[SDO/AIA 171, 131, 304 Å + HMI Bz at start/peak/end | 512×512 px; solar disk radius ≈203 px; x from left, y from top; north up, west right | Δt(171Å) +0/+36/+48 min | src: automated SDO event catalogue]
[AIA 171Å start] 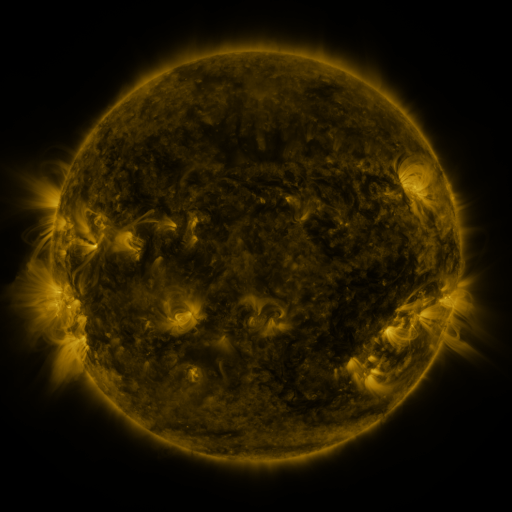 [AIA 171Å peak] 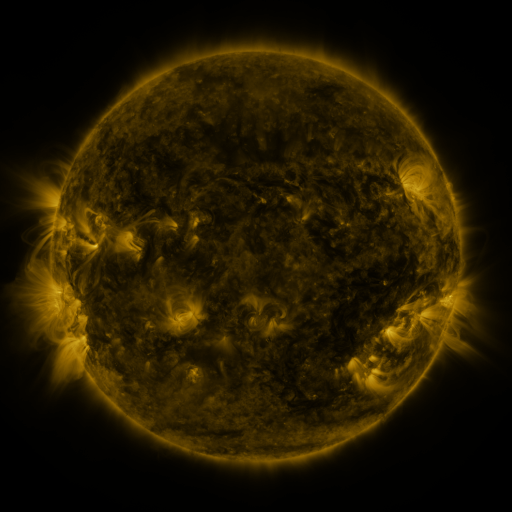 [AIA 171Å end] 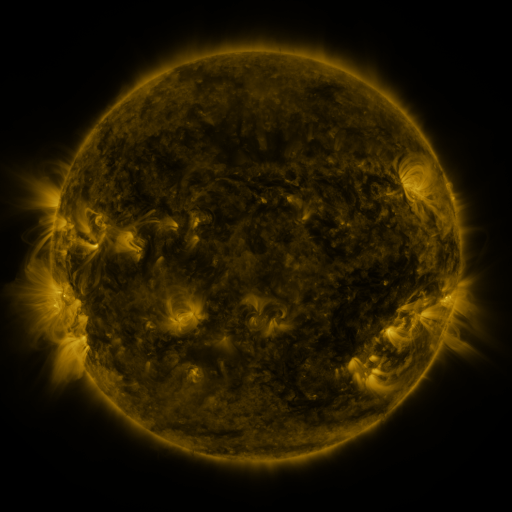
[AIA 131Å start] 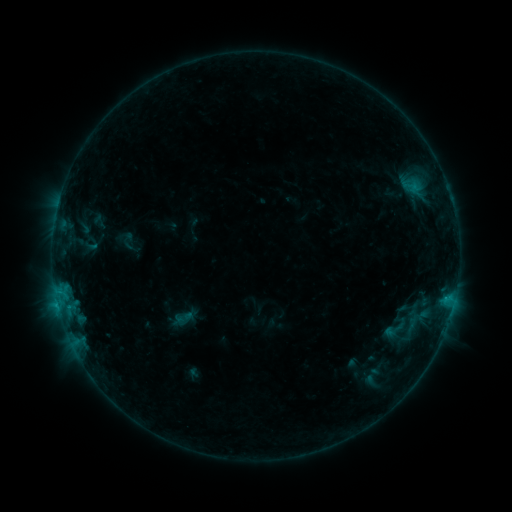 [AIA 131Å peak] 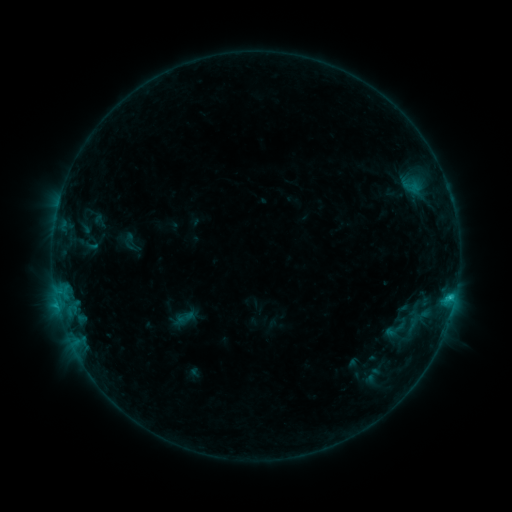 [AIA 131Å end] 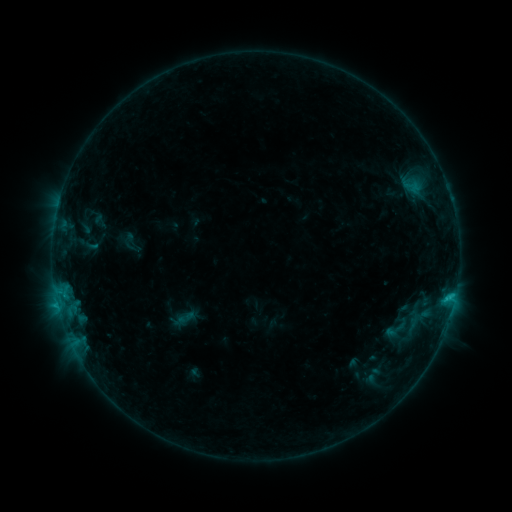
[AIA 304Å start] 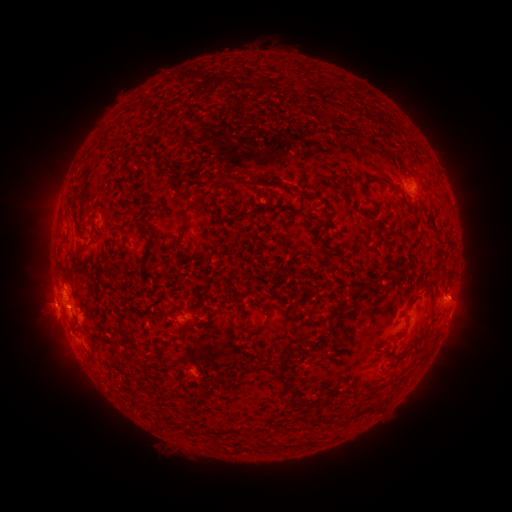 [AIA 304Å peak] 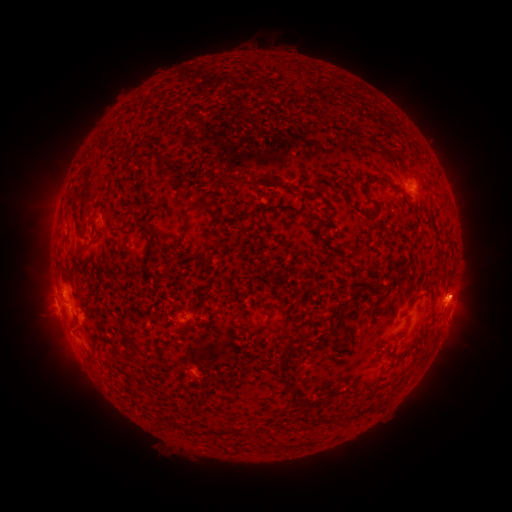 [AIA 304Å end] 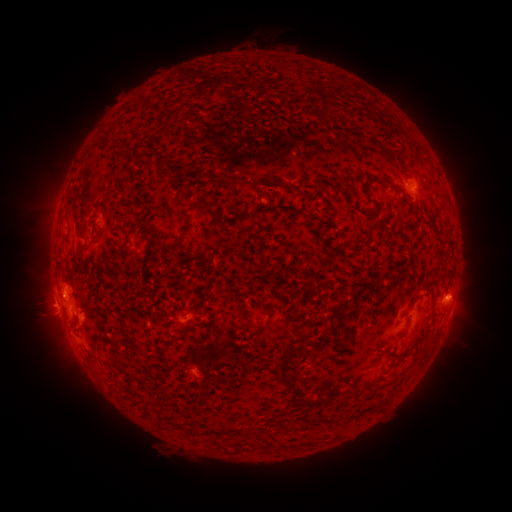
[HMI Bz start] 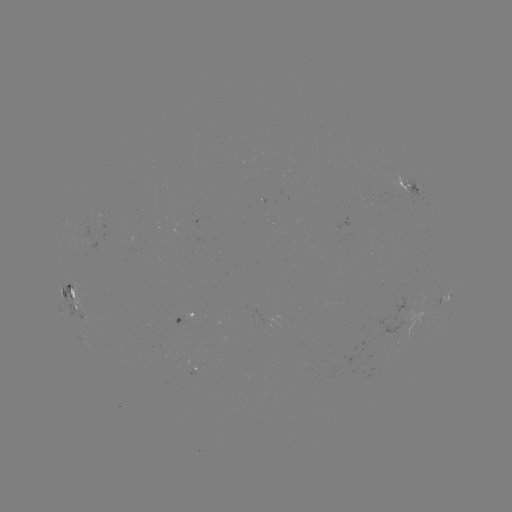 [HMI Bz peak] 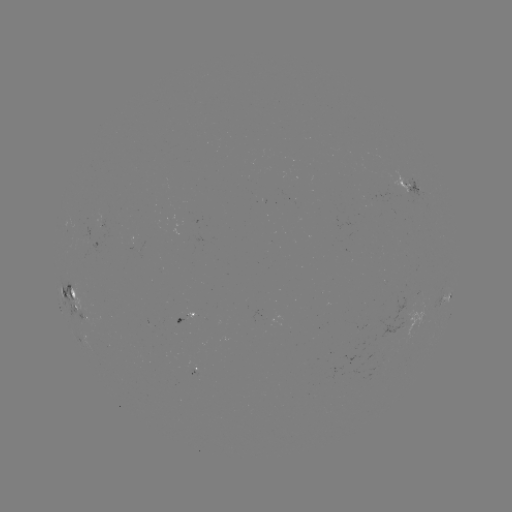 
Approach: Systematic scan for C1.2 flare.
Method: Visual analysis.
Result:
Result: C1.2 flare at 450,297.